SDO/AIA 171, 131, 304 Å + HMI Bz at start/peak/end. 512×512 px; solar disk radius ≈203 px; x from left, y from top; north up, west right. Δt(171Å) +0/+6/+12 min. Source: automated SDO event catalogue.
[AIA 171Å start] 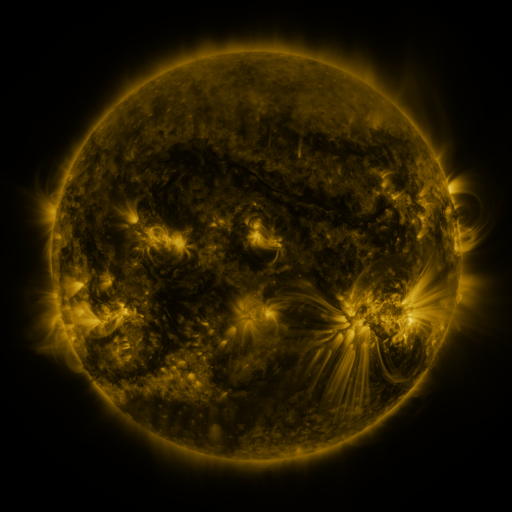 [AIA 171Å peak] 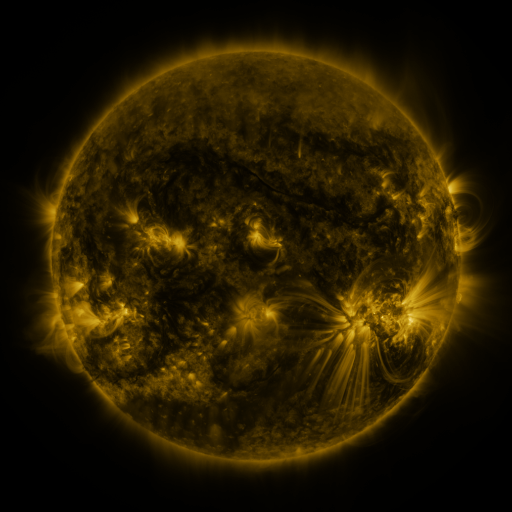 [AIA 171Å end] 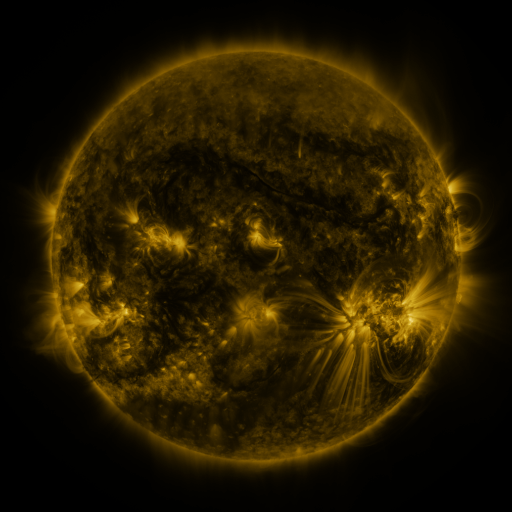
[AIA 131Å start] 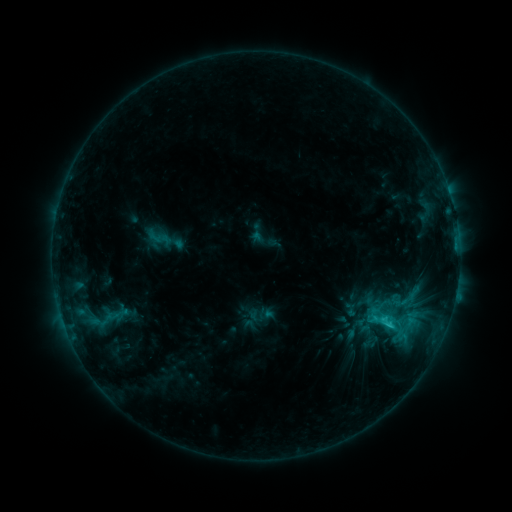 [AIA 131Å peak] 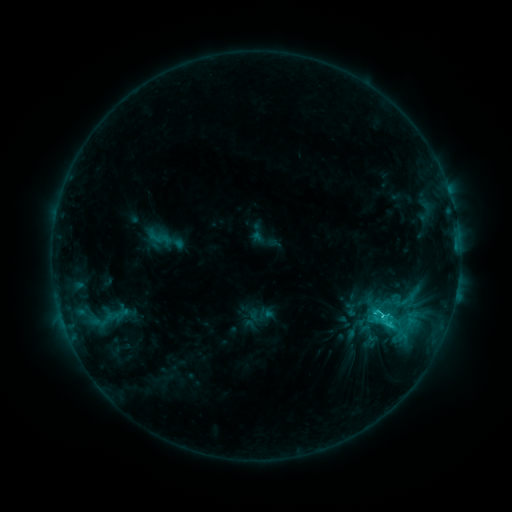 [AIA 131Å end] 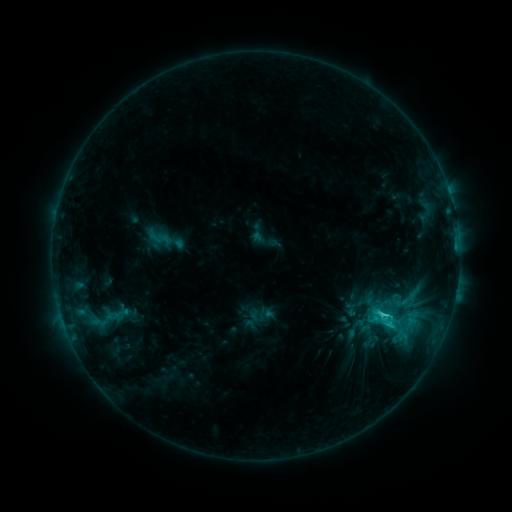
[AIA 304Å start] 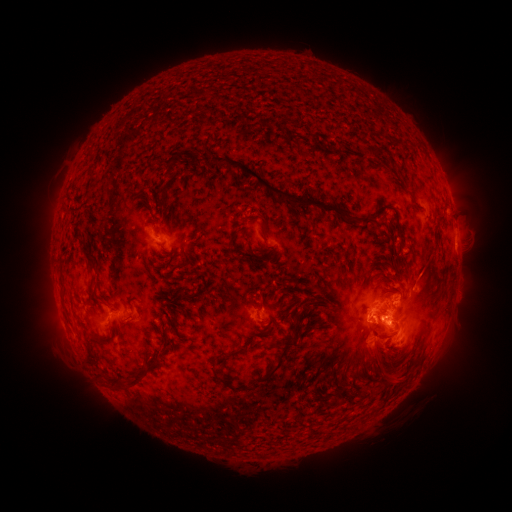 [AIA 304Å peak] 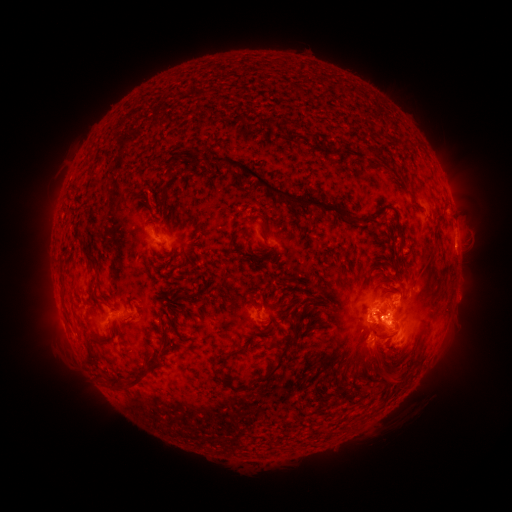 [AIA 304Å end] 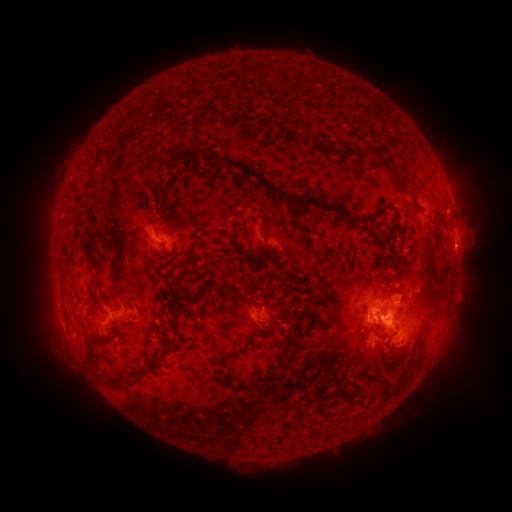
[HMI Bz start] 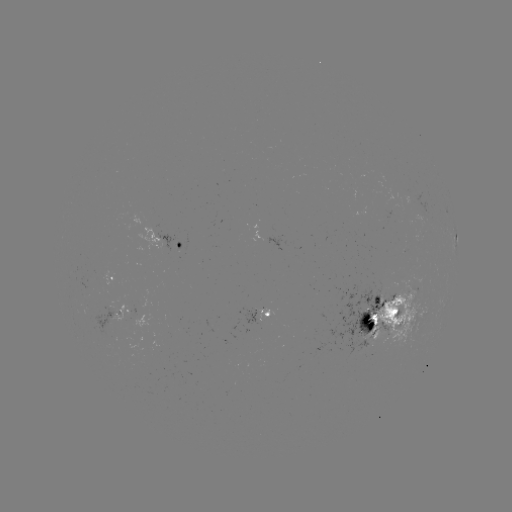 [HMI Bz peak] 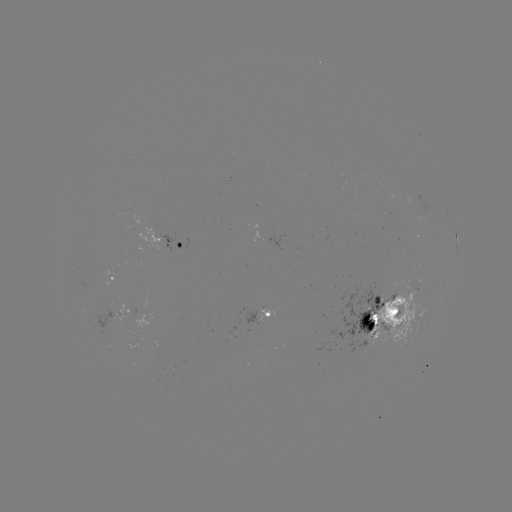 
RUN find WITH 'C3.5 flare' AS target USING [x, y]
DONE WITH [380, 314] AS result